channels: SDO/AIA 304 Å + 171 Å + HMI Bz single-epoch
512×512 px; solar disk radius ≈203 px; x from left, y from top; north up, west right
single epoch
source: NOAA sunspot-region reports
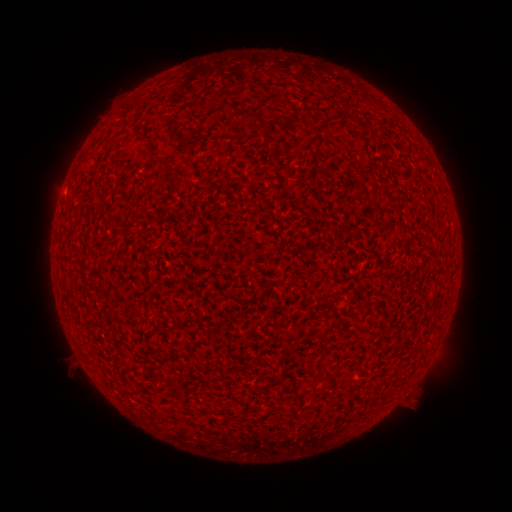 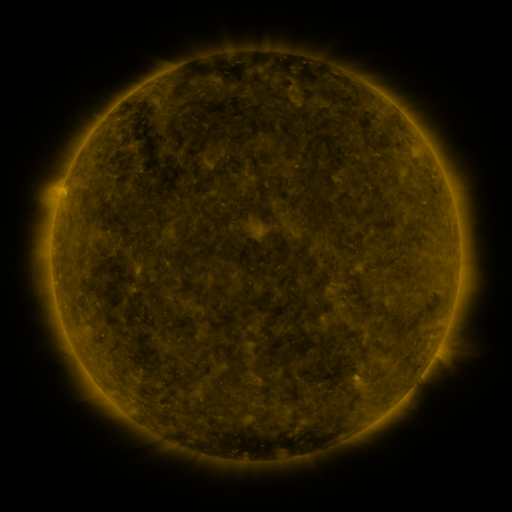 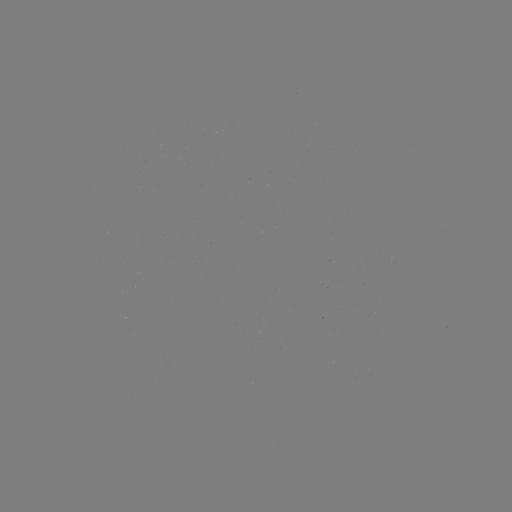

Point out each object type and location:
(none)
